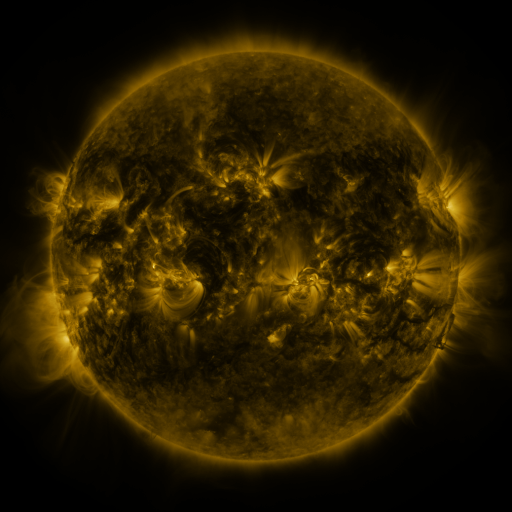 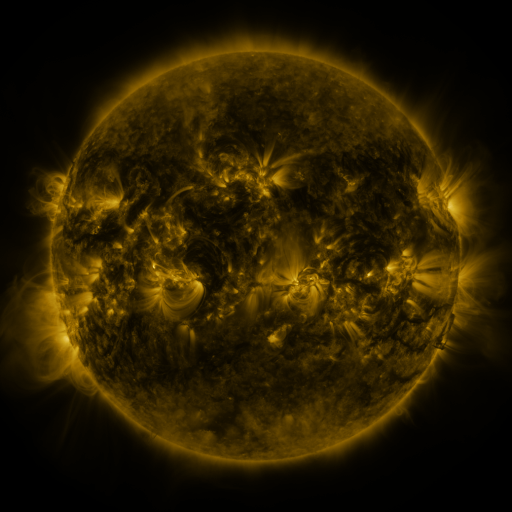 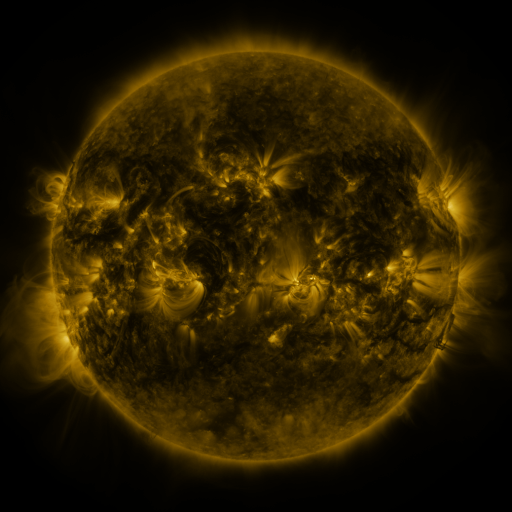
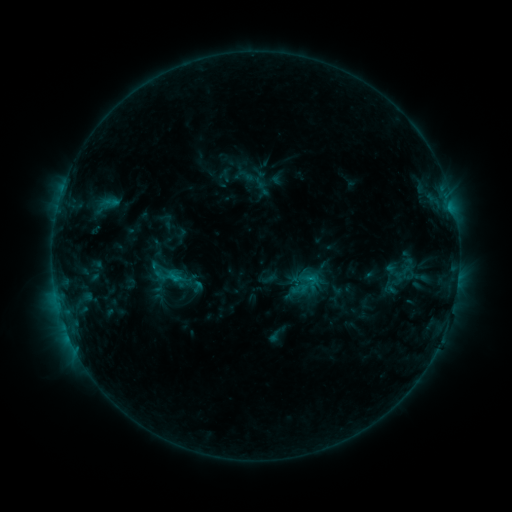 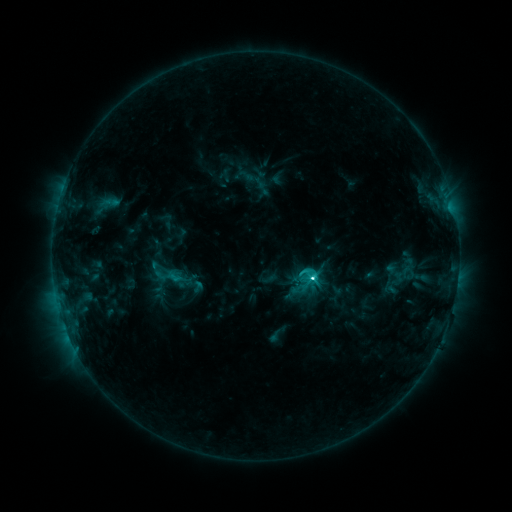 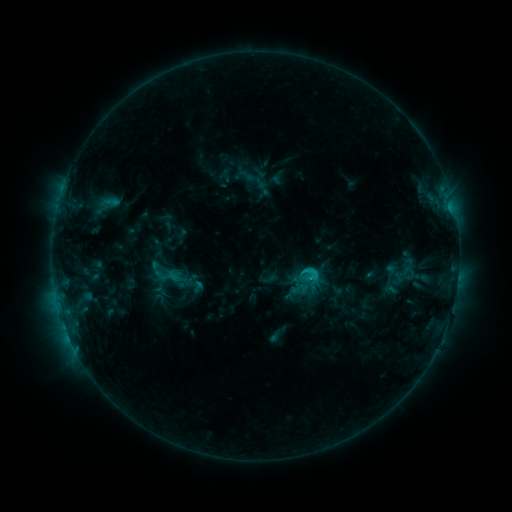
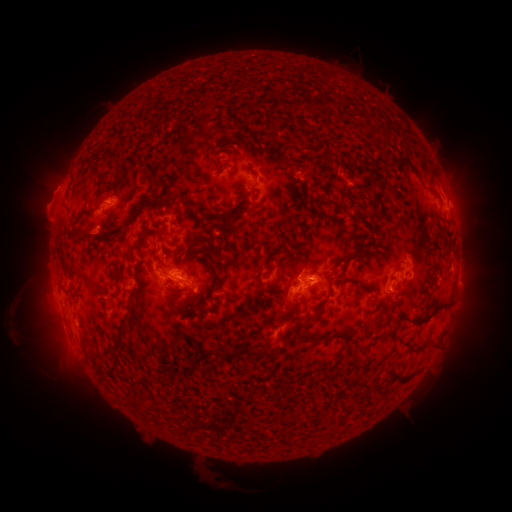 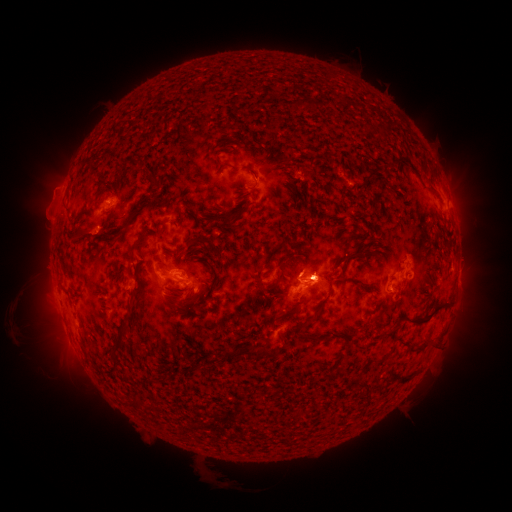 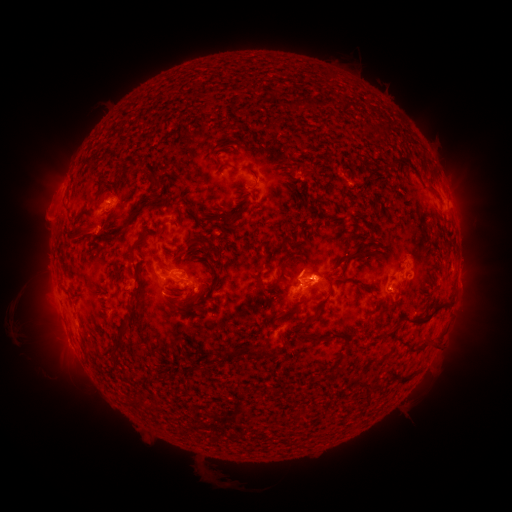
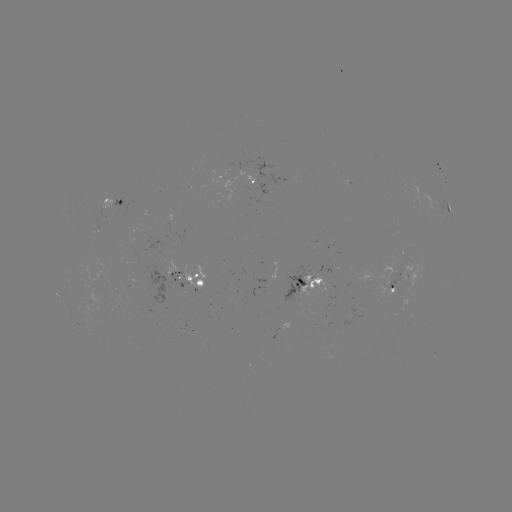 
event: flare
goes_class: C3.5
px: (311, 275)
